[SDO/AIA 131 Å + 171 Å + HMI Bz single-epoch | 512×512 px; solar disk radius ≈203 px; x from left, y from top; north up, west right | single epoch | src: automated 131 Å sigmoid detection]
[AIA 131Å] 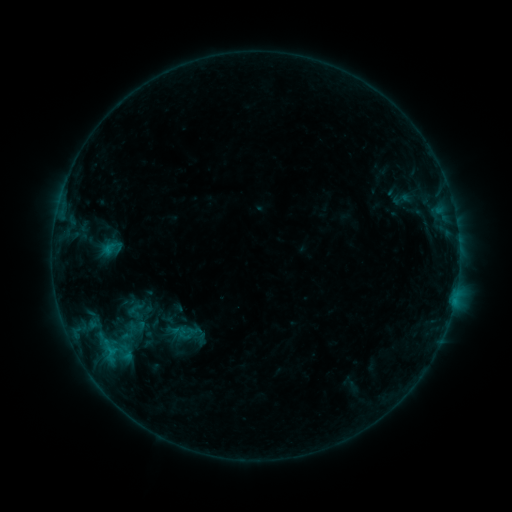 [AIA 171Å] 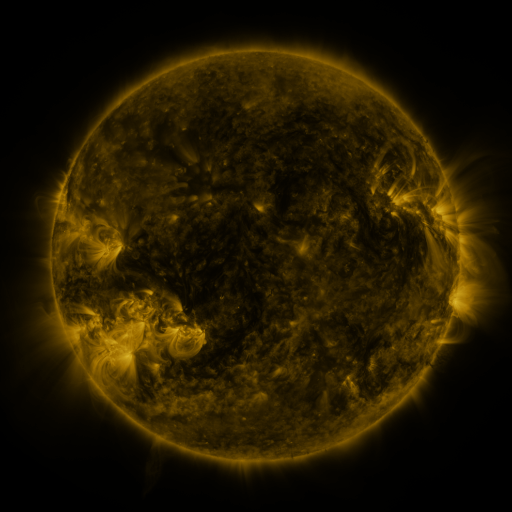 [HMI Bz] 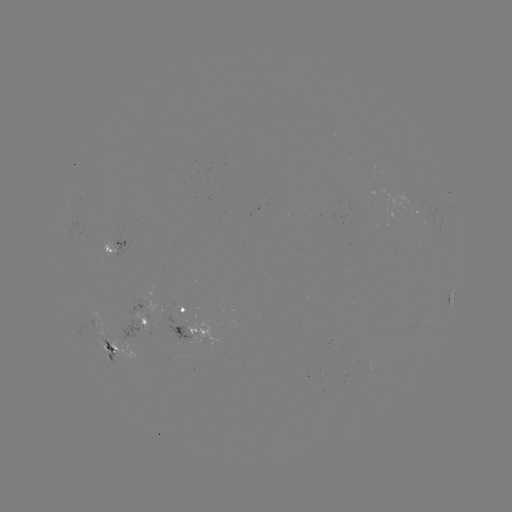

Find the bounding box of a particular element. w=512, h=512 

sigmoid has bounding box [100, 237, 122, 259].